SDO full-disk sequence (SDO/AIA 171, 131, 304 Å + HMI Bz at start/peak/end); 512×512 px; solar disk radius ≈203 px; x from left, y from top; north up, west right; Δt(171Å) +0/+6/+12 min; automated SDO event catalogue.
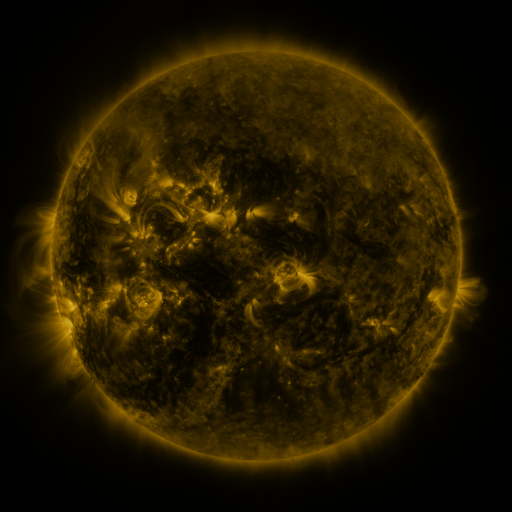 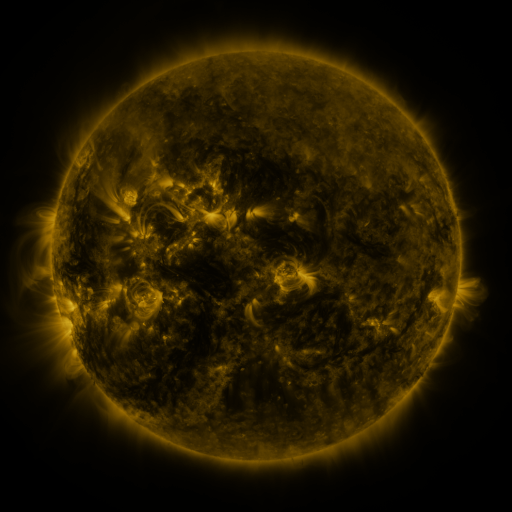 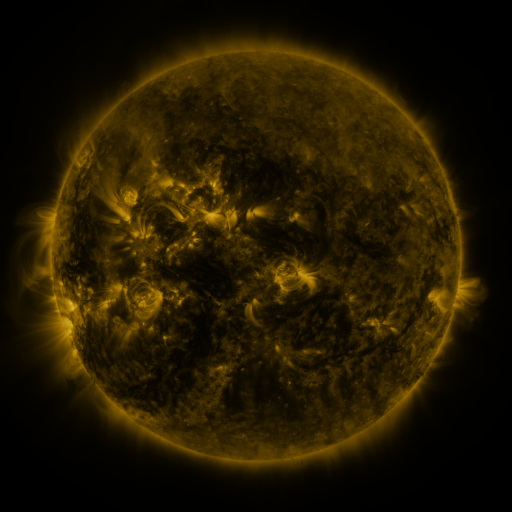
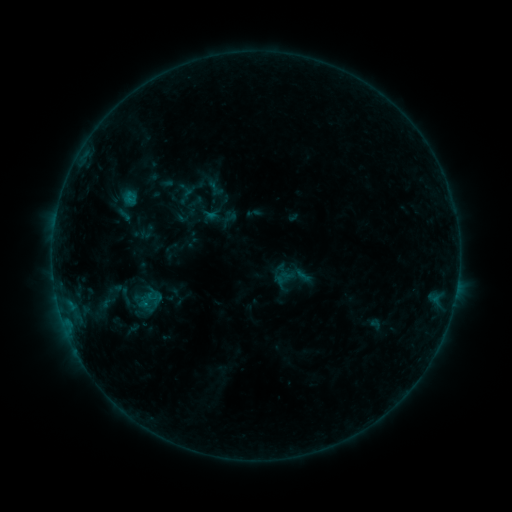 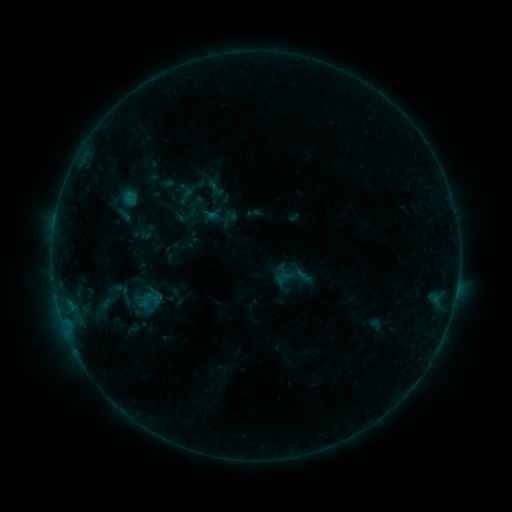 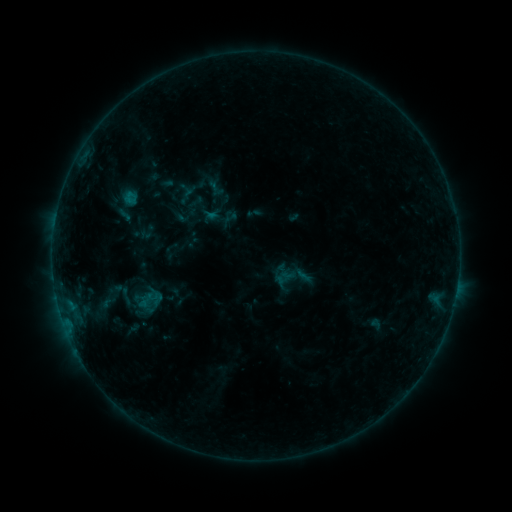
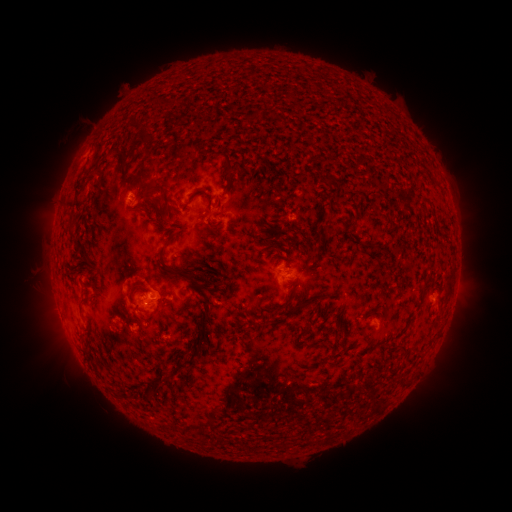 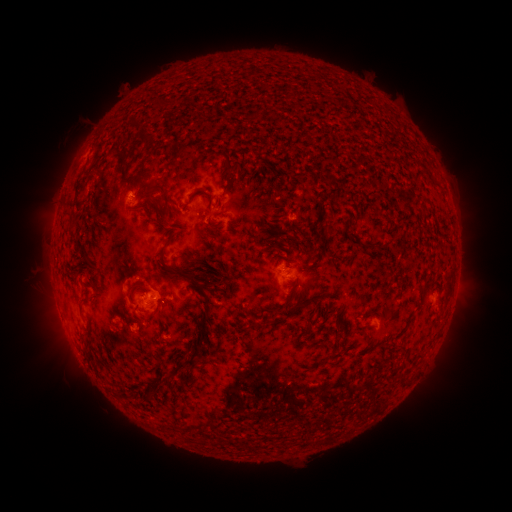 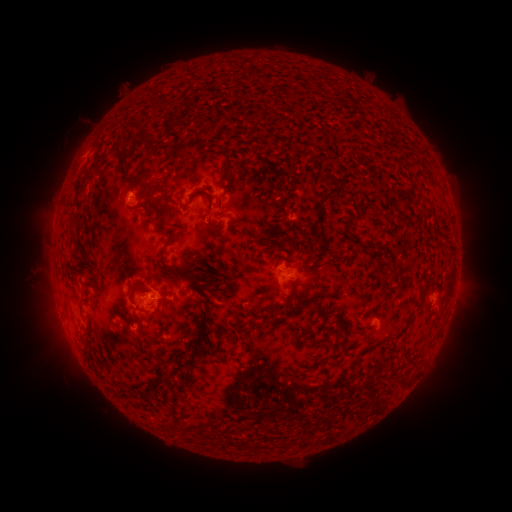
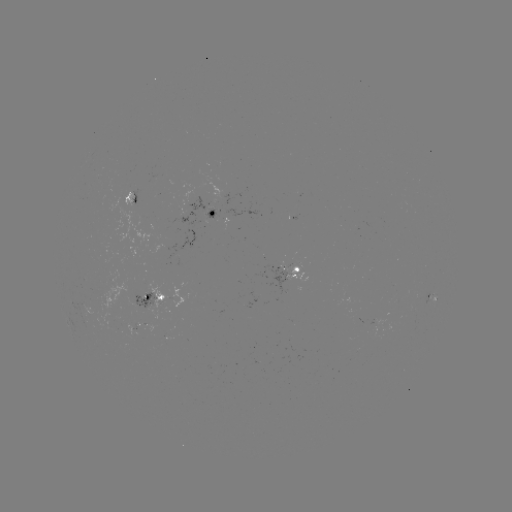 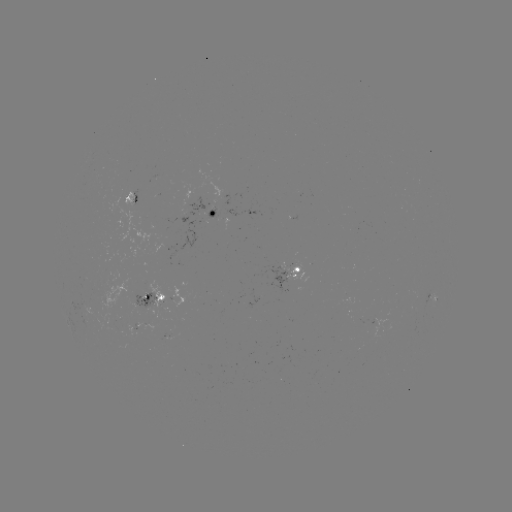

no flare in any classed list; no EUV-trigger detection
